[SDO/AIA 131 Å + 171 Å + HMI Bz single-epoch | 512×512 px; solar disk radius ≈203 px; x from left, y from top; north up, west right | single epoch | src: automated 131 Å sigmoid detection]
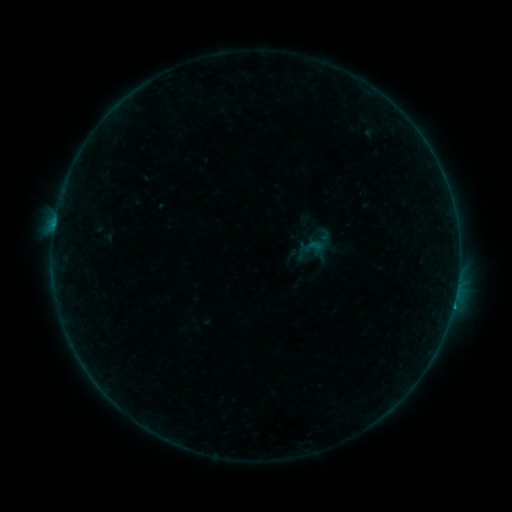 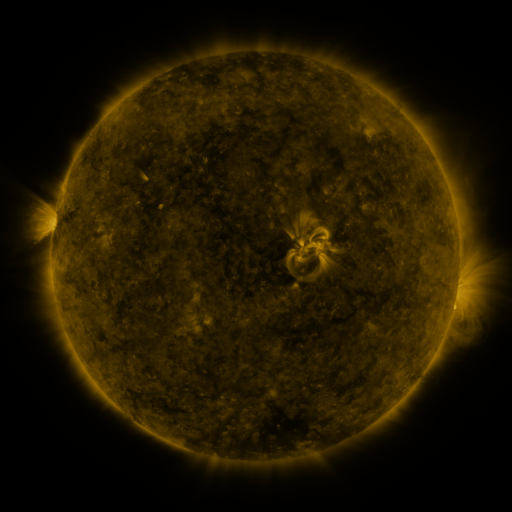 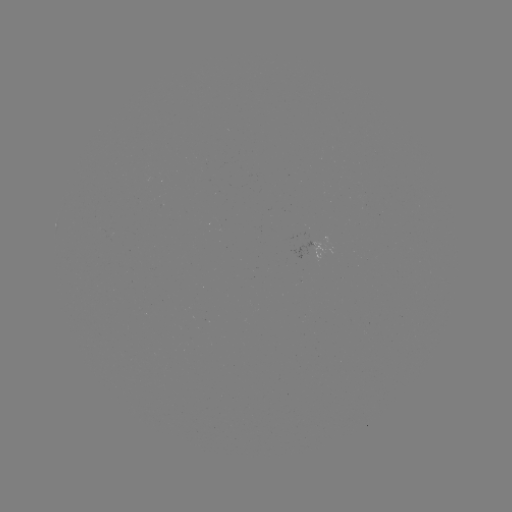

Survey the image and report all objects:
sigmoid: (297, 232, 326, 262)
